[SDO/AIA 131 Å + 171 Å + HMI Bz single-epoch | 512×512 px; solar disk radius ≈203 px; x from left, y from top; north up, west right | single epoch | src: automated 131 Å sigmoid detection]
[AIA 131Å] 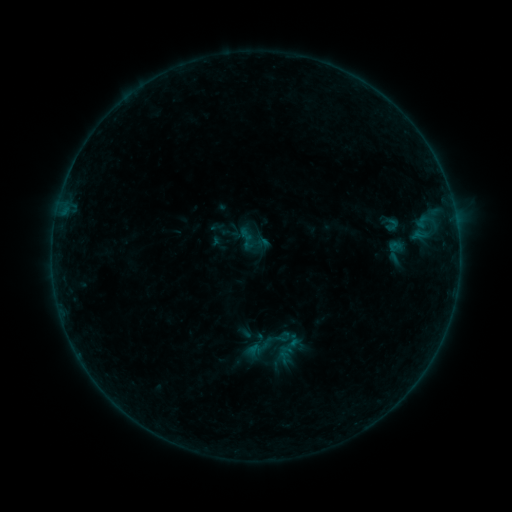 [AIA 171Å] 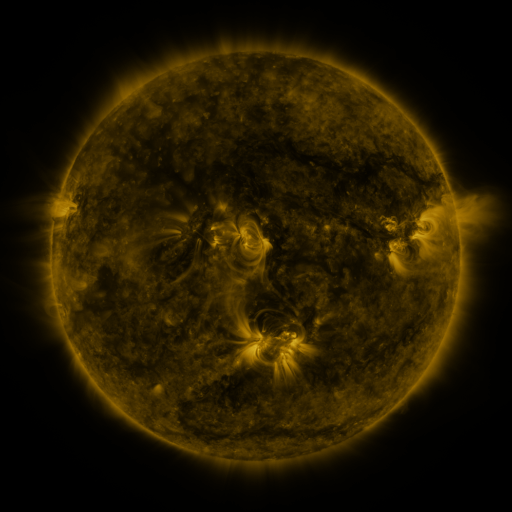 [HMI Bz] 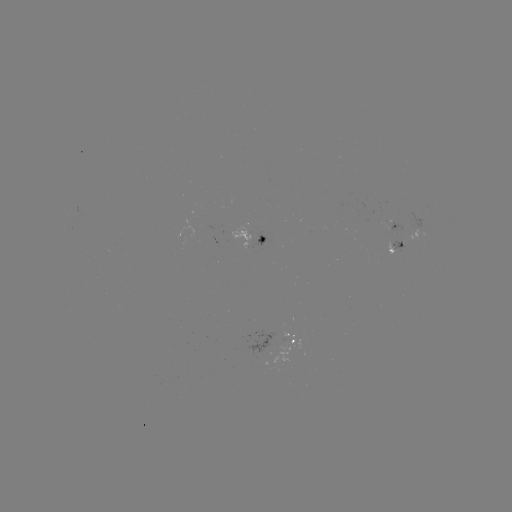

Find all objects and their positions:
sigmoid: (381, 216, 401, 232)
sigmoid: (238, 227, 254, 243)
sigmoid: (380, 238, 411, 265)
sigmoid: (274, 328, 292, 346)
